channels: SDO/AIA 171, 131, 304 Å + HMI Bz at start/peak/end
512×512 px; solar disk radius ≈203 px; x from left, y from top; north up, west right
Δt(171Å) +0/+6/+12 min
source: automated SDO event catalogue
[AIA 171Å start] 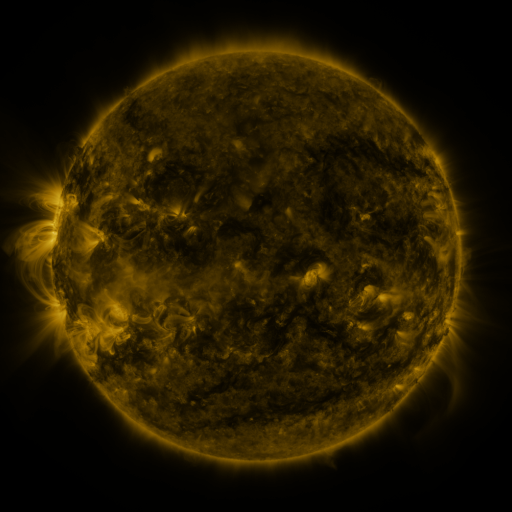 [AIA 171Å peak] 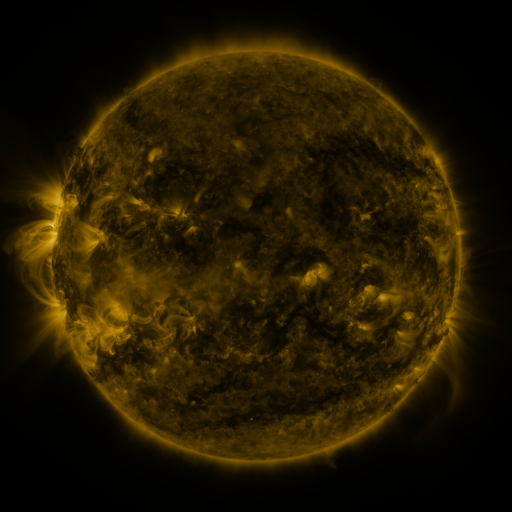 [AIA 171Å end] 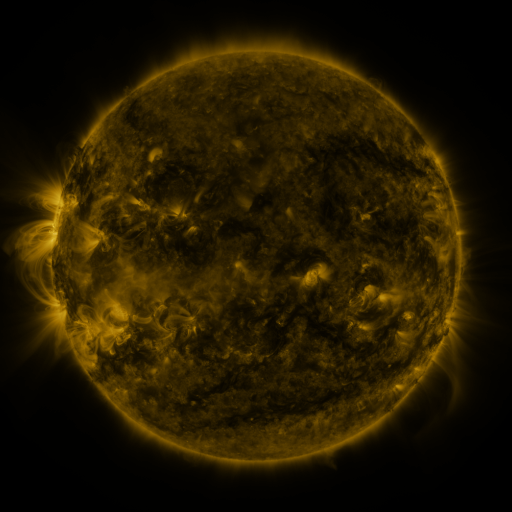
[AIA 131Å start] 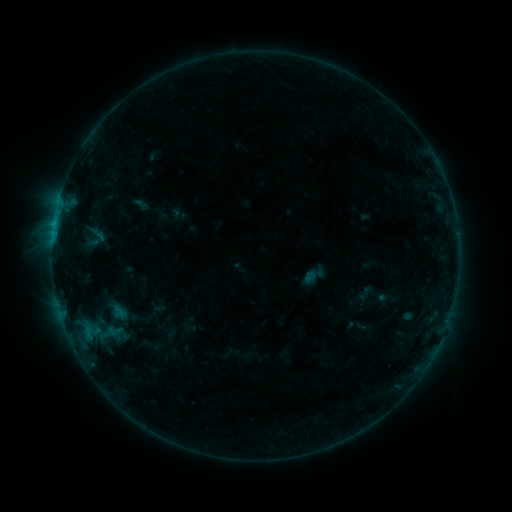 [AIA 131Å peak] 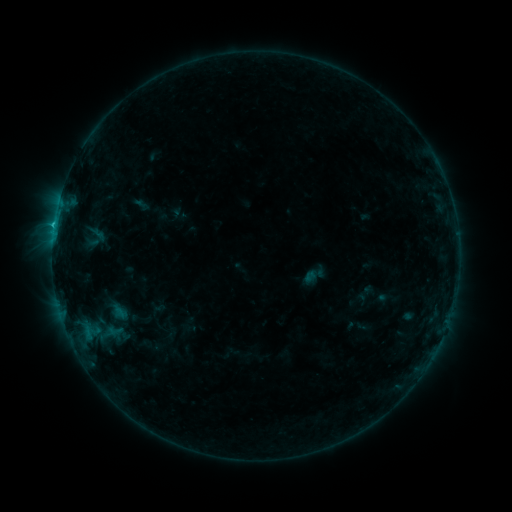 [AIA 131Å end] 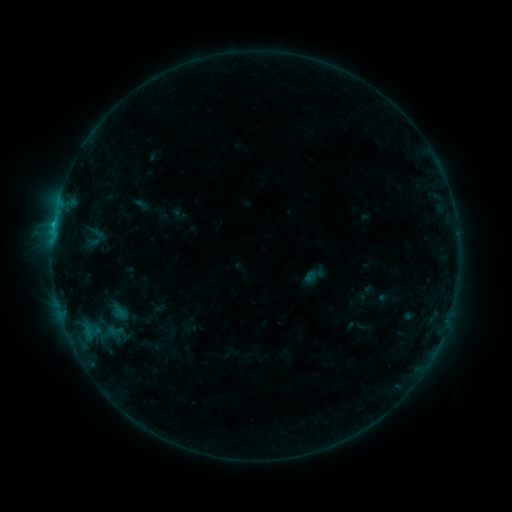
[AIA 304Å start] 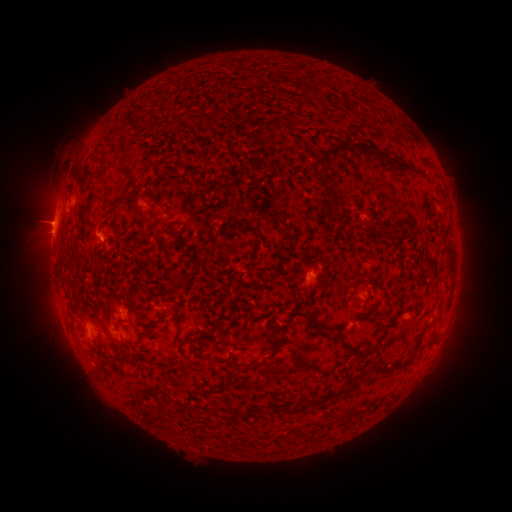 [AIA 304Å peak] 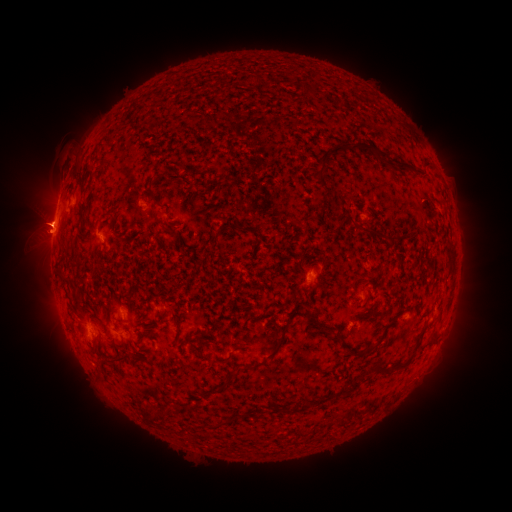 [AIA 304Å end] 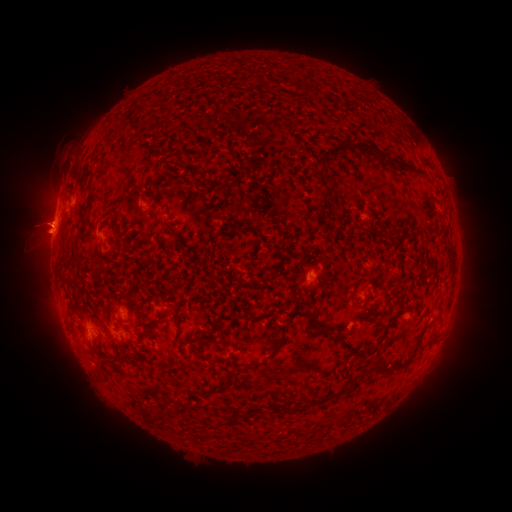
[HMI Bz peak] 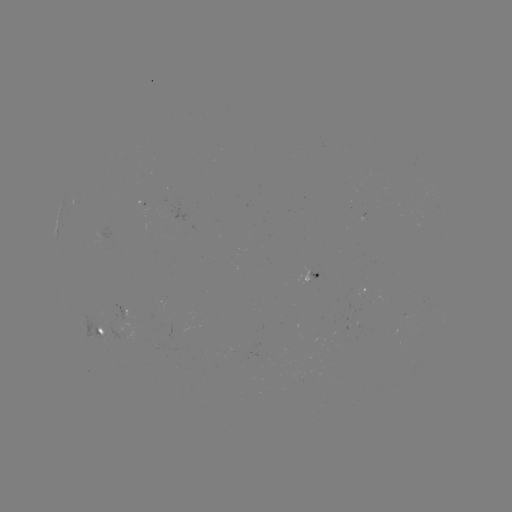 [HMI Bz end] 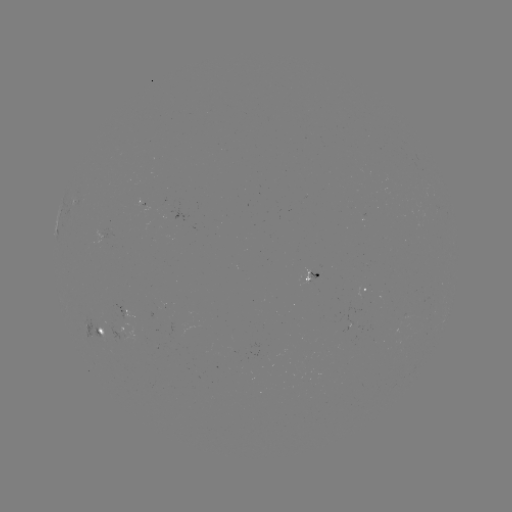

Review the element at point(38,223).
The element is eruption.